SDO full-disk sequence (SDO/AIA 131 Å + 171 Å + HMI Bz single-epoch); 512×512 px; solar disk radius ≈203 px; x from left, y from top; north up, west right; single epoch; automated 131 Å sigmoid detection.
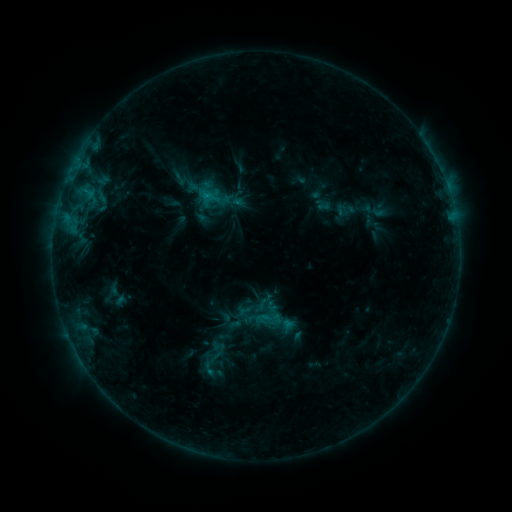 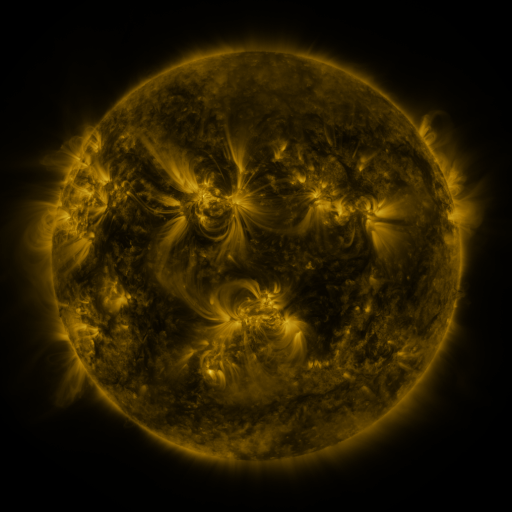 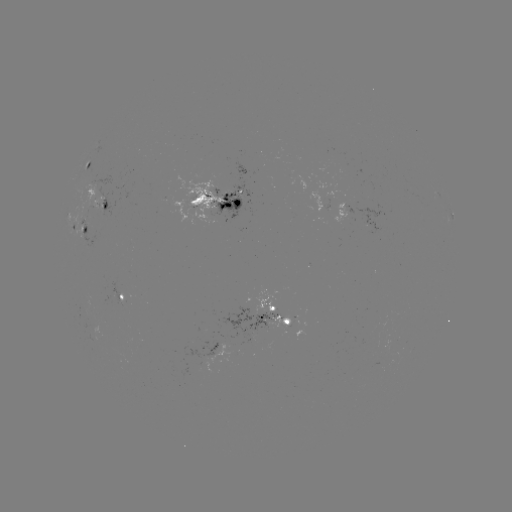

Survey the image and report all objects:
sigmoid: (180, 179)
sigmoid: (269, 319)
sigmoid: (209, 368)
